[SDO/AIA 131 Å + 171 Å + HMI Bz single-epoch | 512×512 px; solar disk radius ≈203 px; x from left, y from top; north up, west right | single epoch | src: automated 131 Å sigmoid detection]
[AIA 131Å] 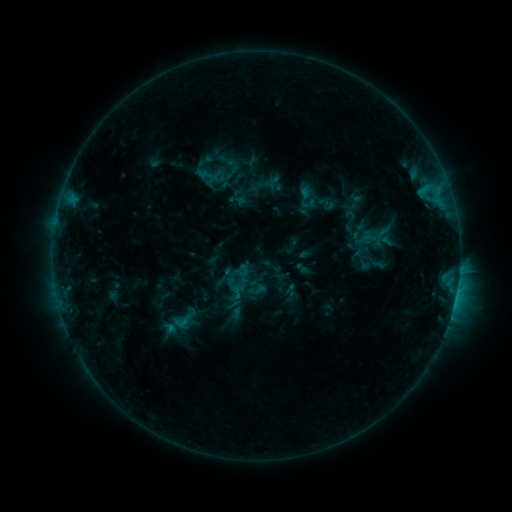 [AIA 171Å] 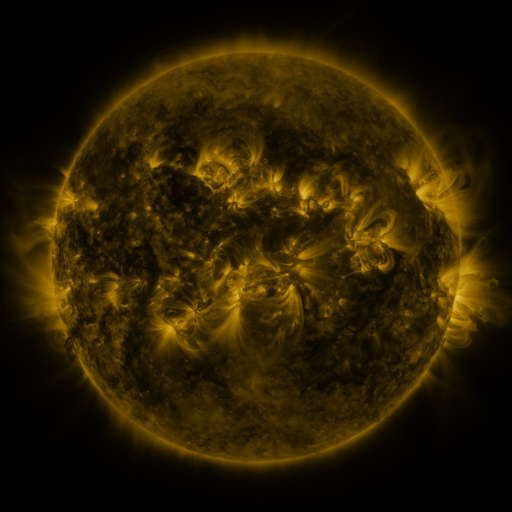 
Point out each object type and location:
sigmoid: [168, 312, 192, 329]
